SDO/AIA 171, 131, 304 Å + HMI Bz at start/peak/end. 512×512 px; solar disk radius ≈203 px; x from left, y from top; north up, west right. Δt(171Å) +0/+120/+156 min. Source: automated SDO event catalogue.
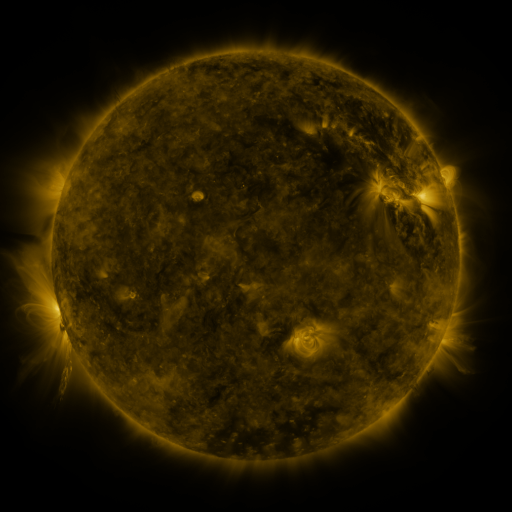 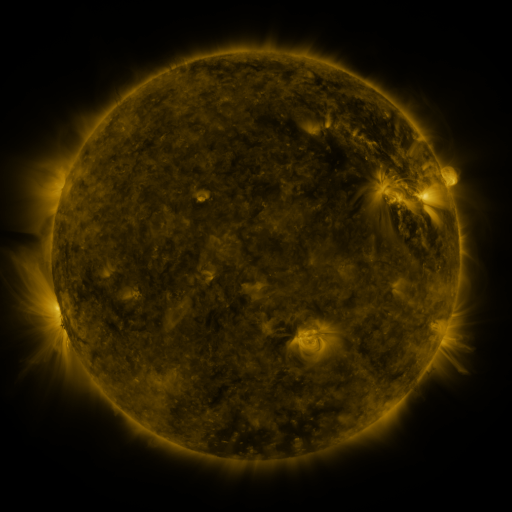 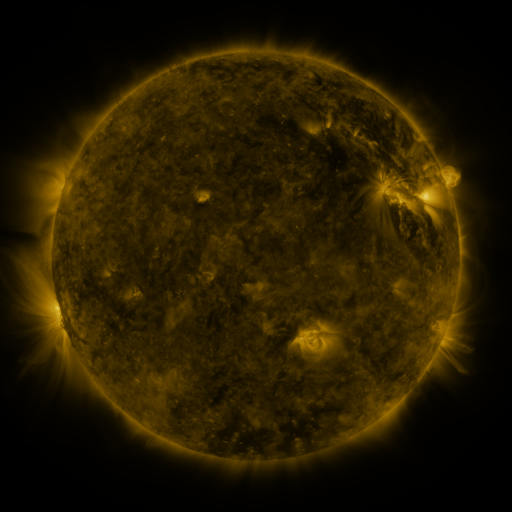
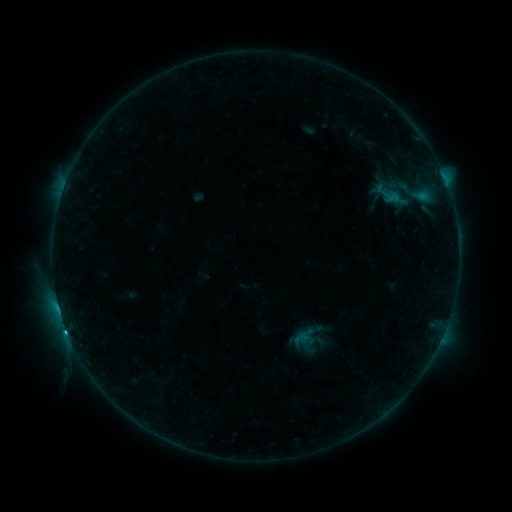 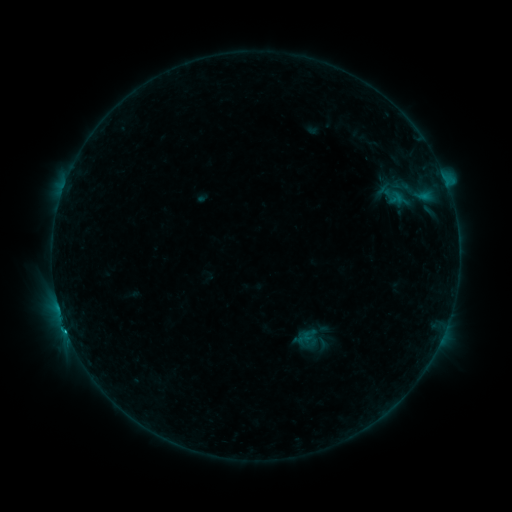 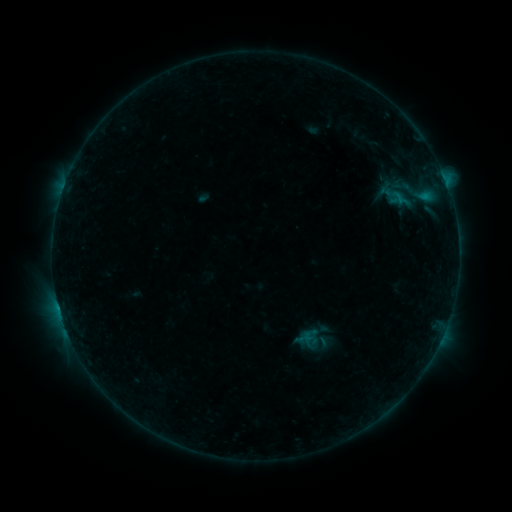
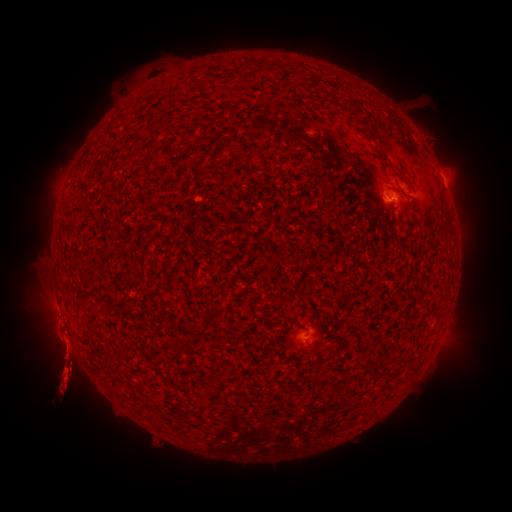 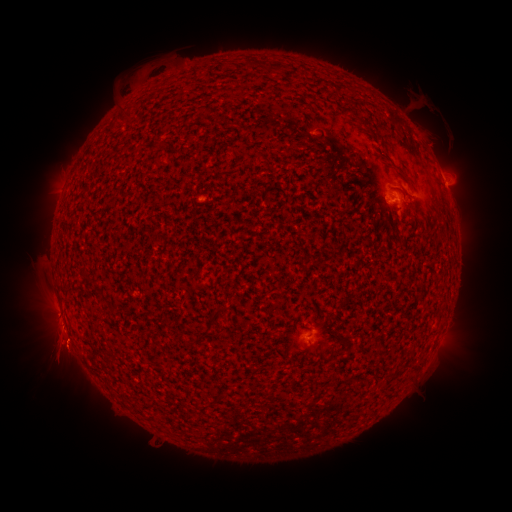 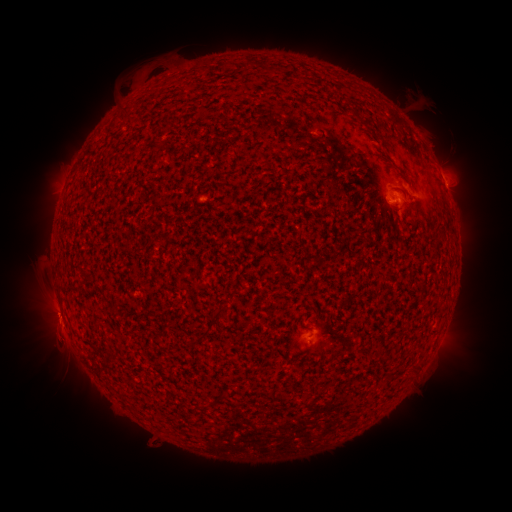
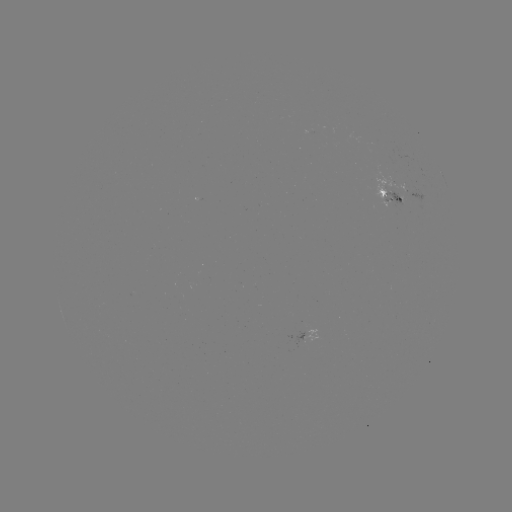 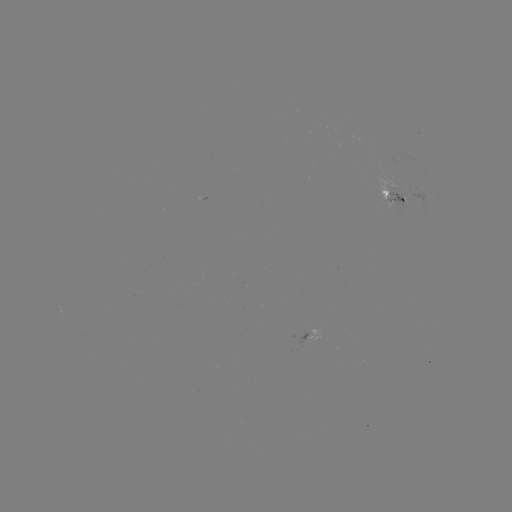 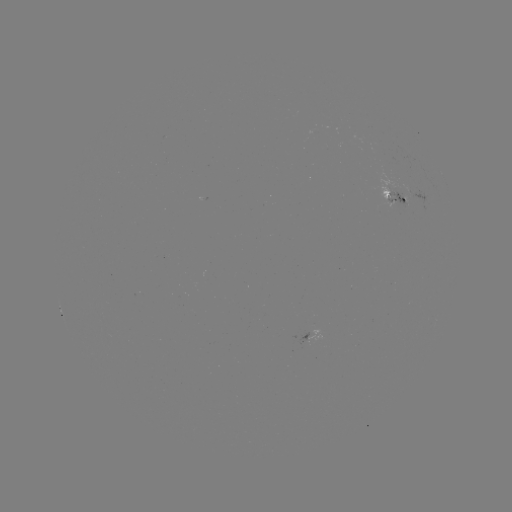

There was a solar emerging-flux region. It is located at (386, 189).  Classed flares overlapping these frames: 2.